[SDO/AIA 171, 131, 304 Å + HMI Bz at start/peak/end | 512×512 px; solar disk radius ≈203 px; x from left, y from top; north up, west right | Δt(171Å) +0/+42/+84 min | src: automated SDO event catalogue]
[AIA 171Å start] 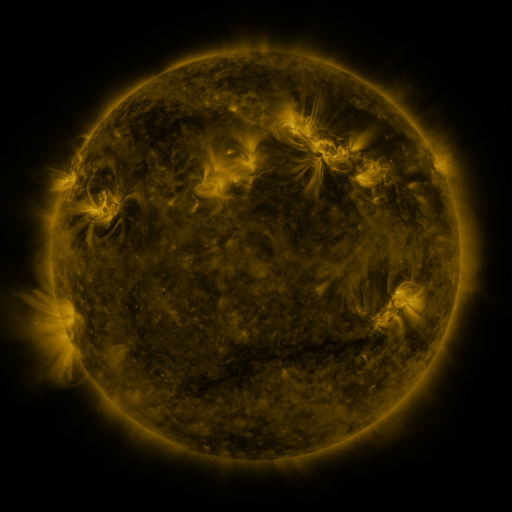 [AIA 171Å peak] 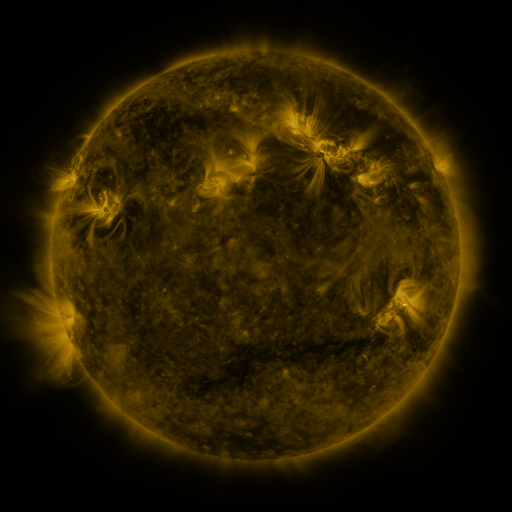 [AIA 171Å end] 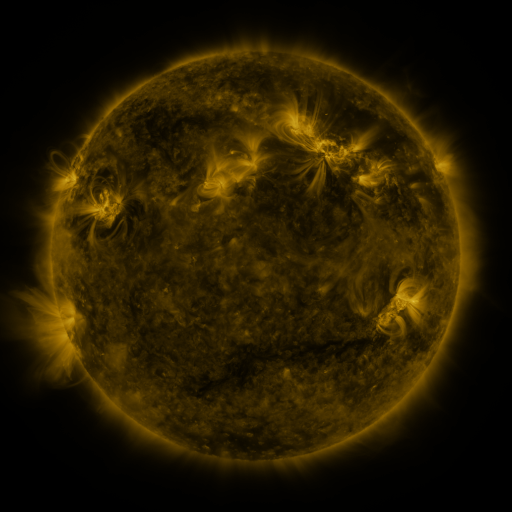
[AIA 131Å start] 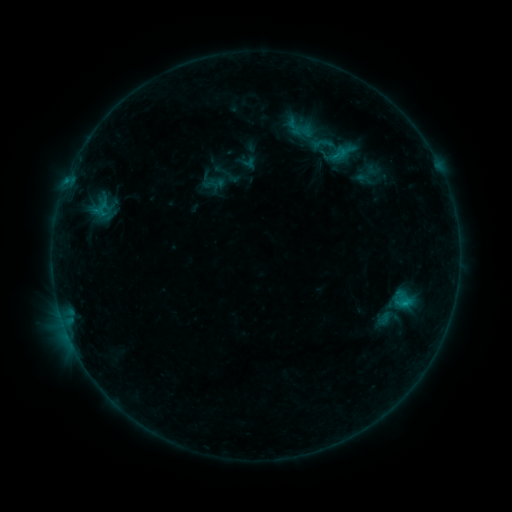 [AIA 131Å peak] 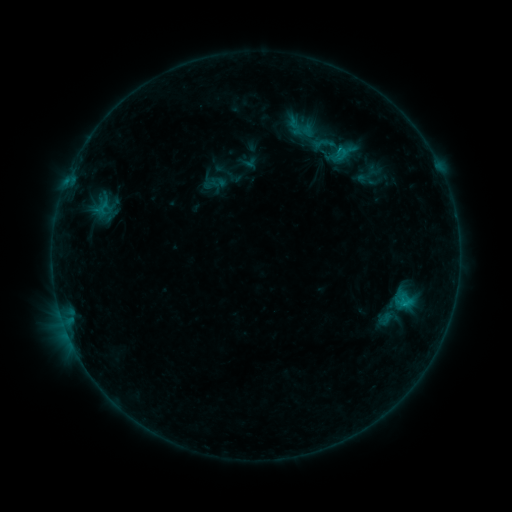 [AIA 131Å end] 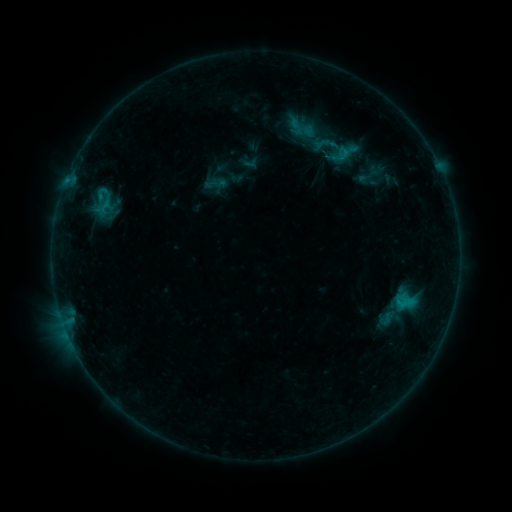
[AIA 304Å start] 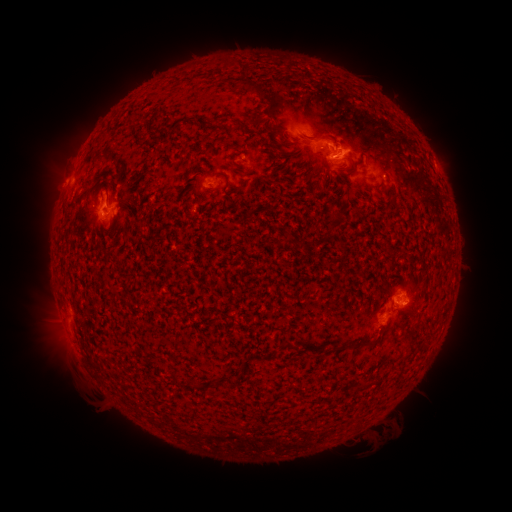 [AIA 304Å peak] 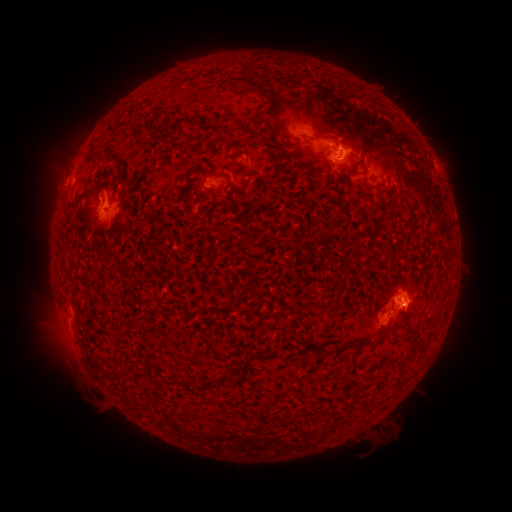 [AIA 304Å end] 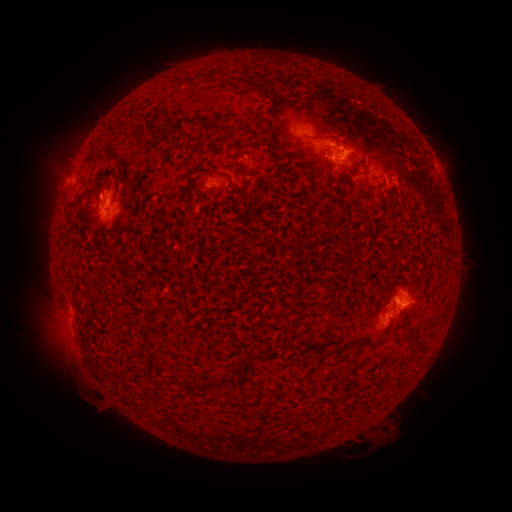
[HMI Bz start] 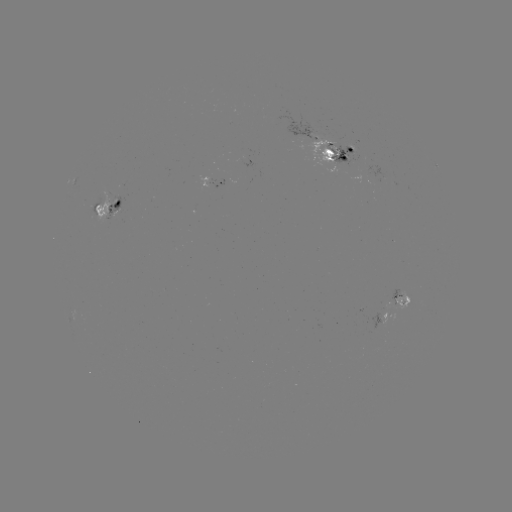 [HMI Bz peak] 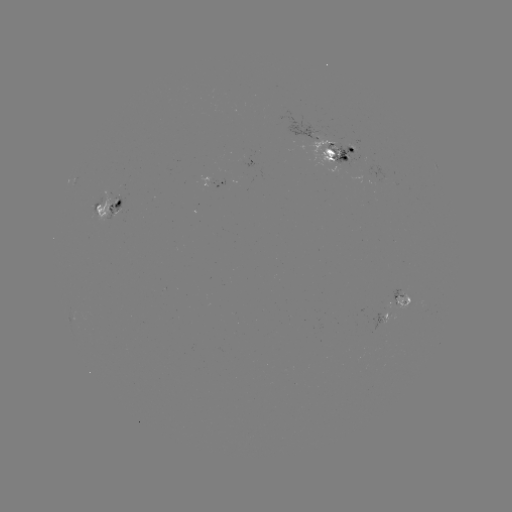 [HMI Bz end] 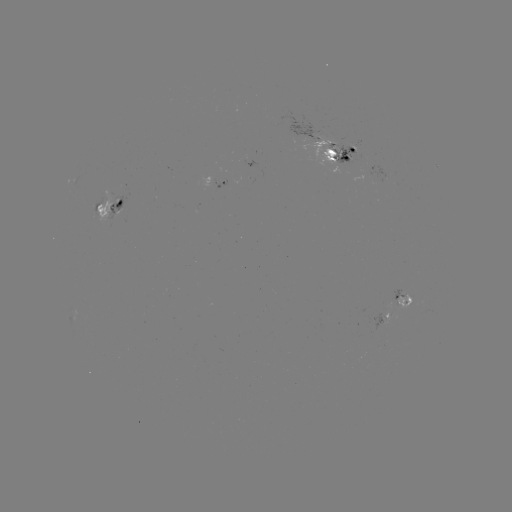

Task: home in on emerging-flux region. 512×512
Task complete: (340, 161).